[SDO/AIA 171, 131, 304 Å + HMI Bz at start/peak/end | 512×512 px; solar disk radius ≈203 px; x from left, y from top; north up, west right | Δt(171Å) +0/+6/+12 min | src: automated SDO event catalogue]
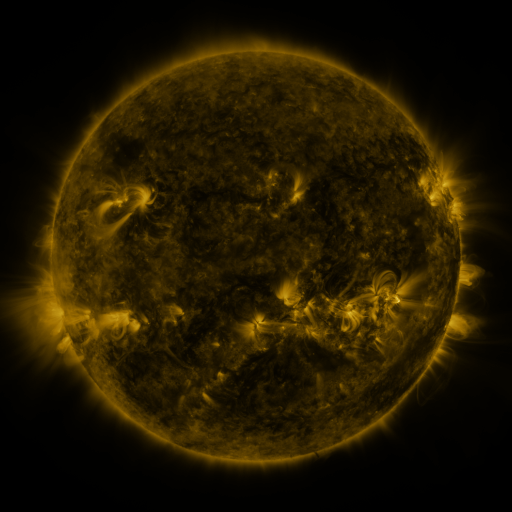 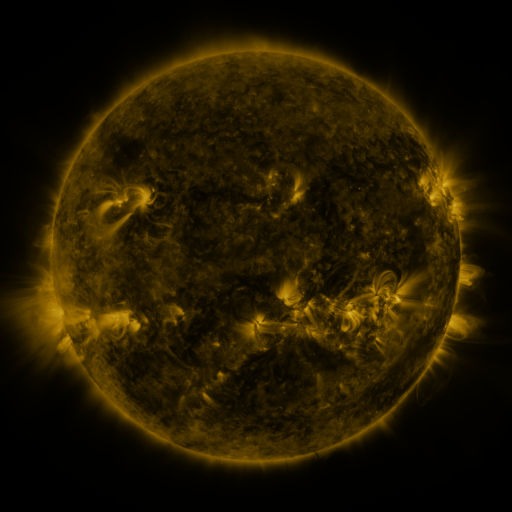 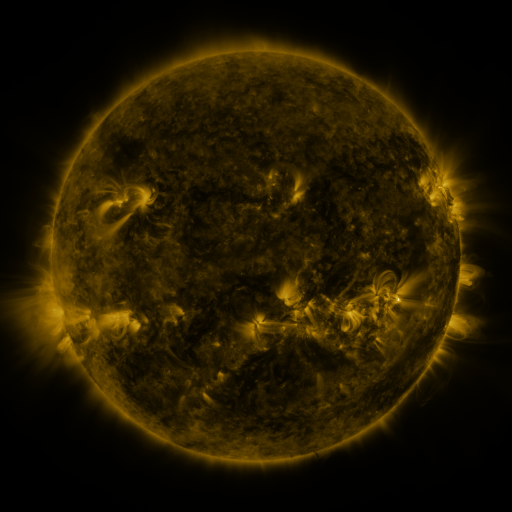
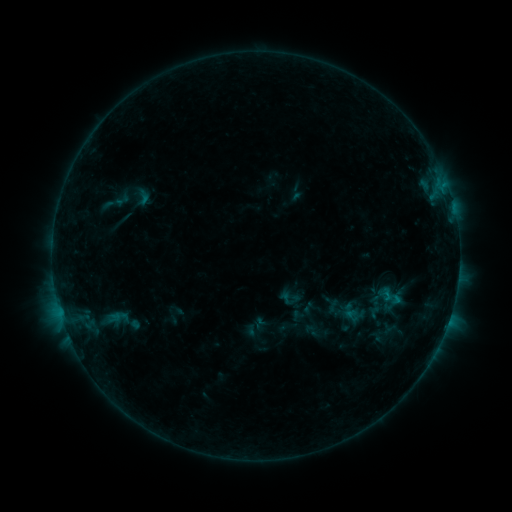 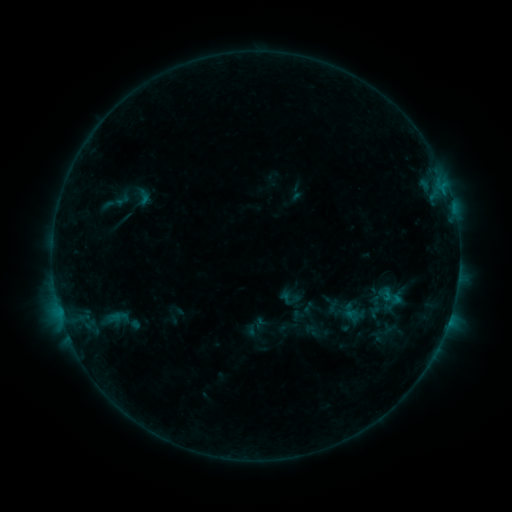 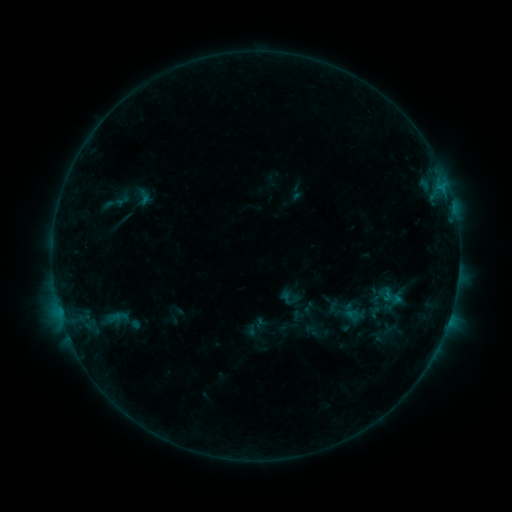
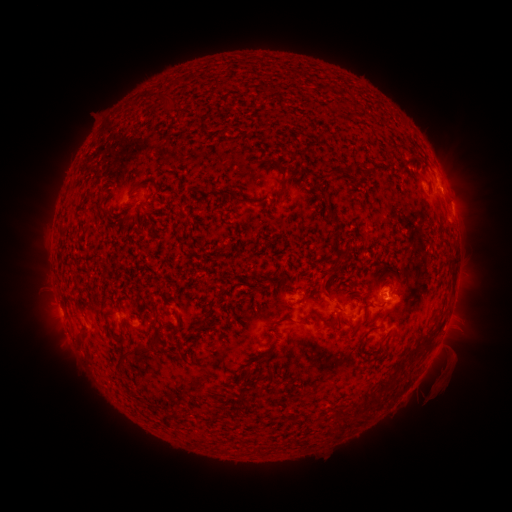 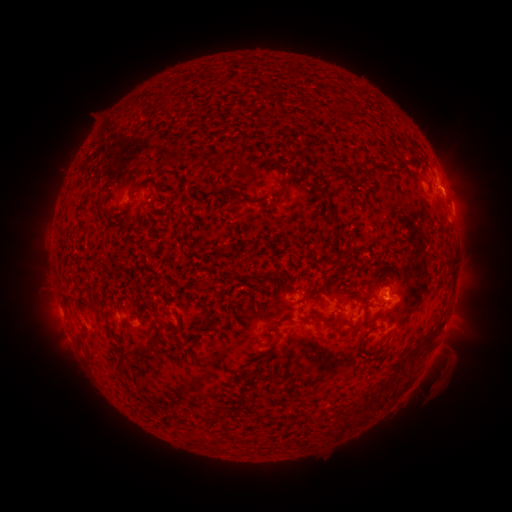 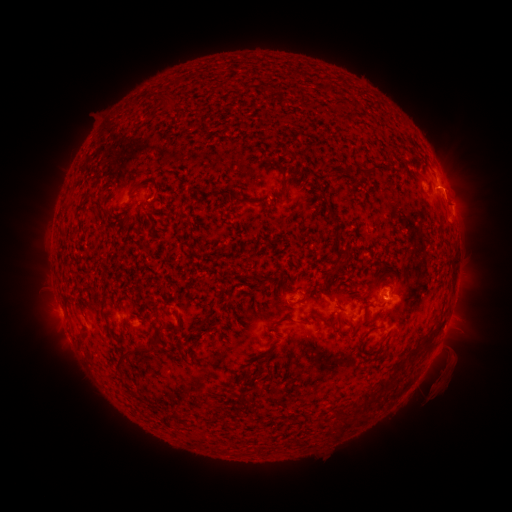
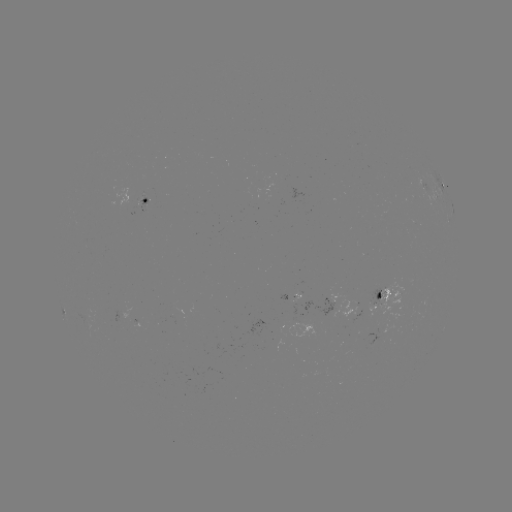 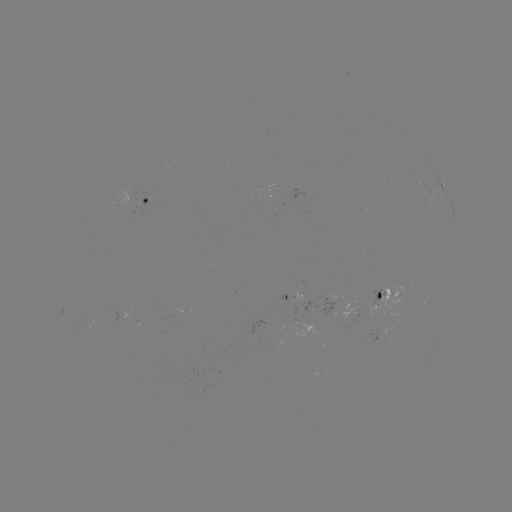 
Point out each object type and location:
eruption: (457, 189)
